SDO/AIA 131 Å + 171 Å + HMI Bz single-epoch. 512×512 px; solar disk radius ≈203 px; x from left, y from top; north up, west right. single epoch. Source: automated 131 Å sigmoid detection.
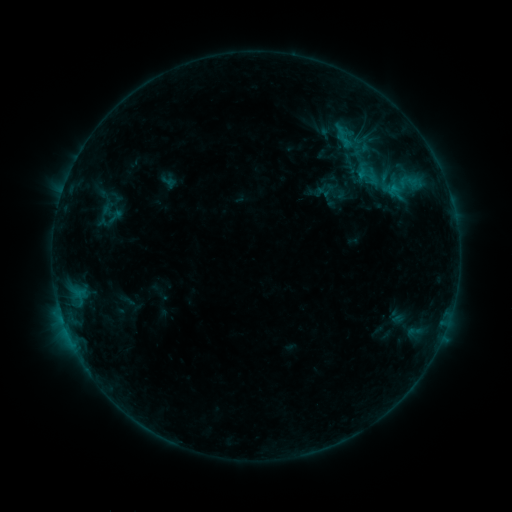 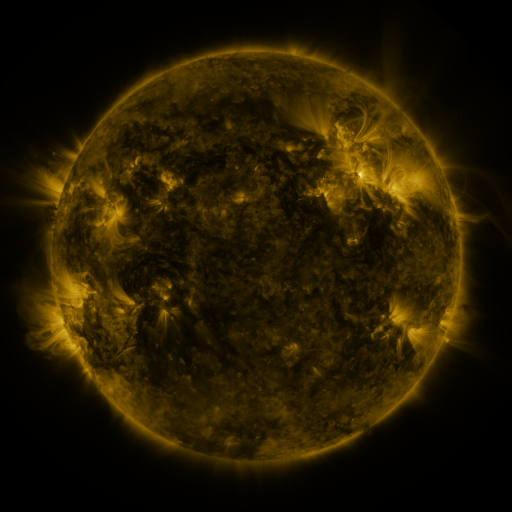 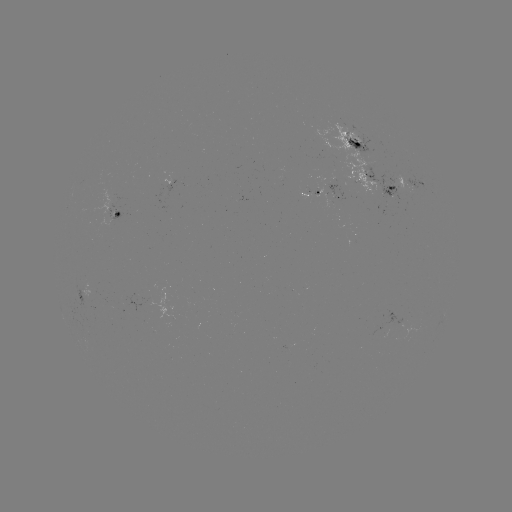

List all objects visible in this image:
sigmoid: [317, 181, 340, 202]
sigmoid: [106, 208, 124, 225]
